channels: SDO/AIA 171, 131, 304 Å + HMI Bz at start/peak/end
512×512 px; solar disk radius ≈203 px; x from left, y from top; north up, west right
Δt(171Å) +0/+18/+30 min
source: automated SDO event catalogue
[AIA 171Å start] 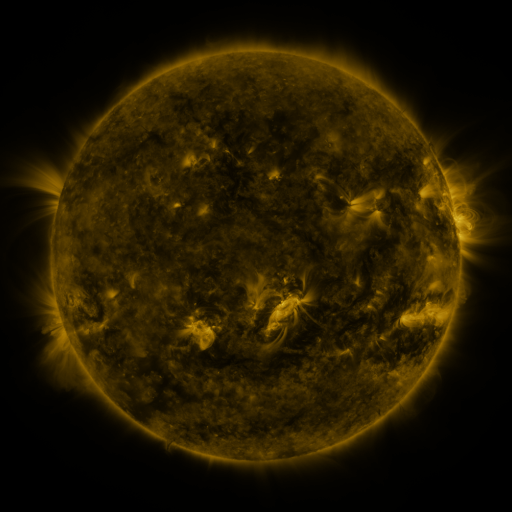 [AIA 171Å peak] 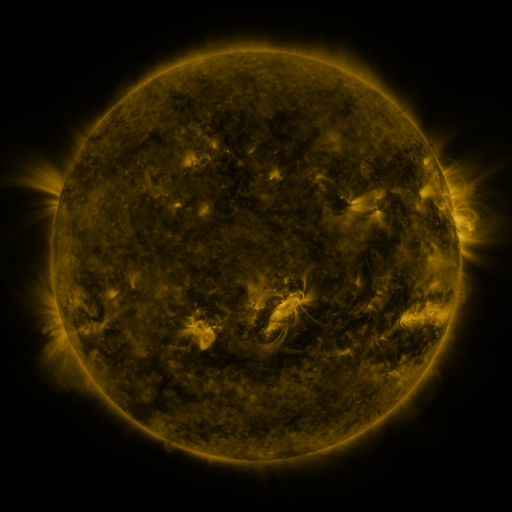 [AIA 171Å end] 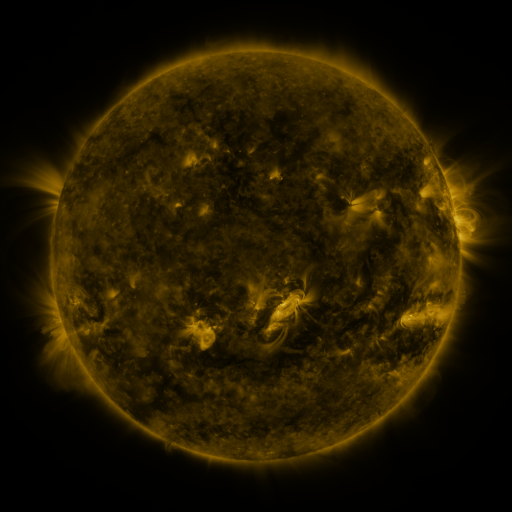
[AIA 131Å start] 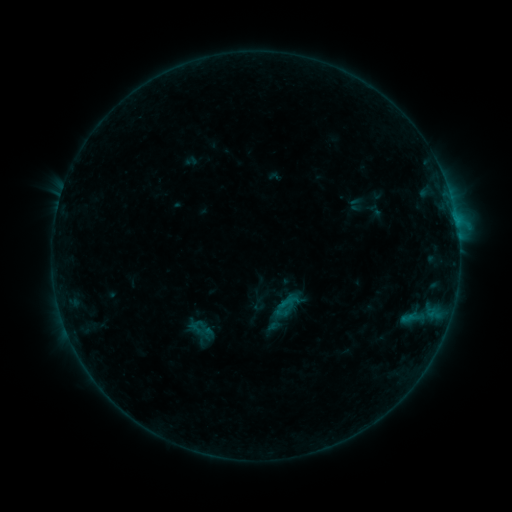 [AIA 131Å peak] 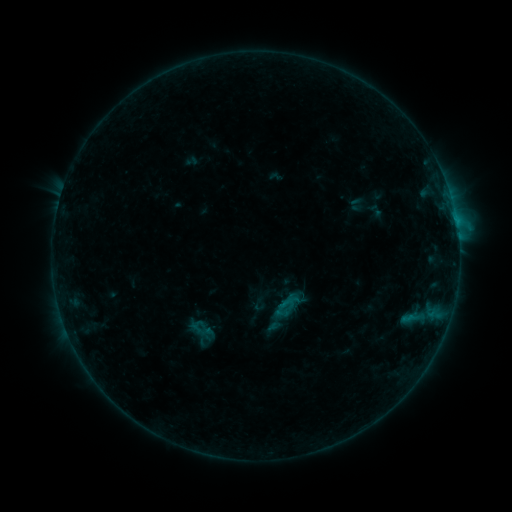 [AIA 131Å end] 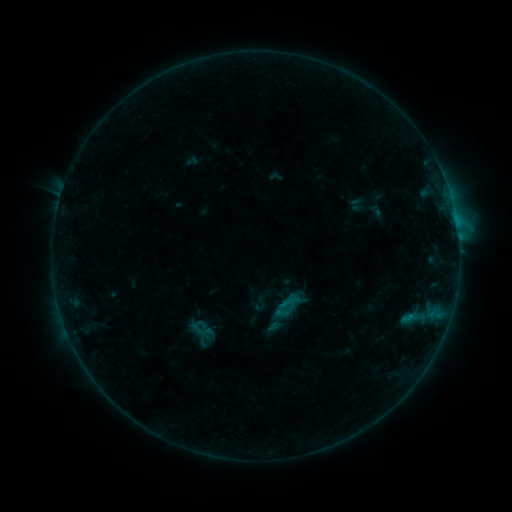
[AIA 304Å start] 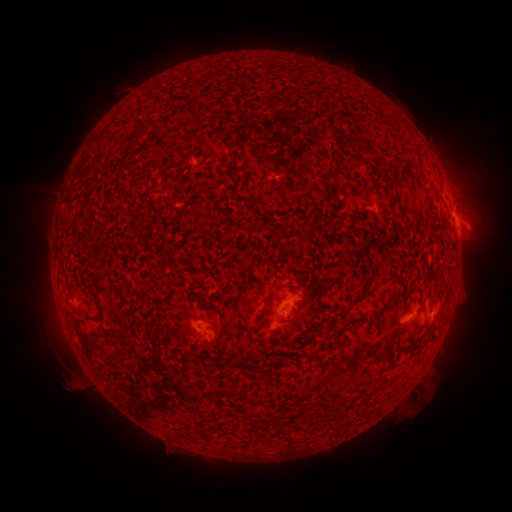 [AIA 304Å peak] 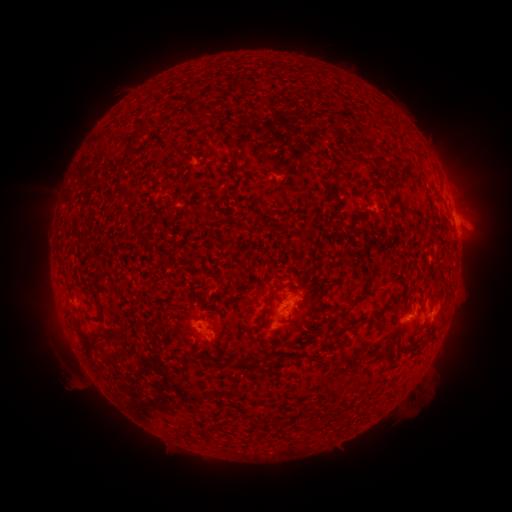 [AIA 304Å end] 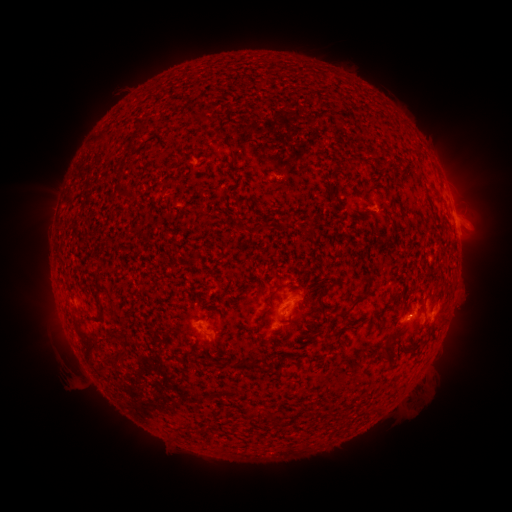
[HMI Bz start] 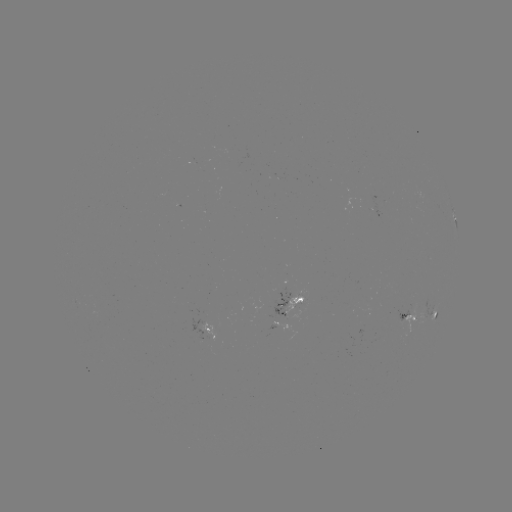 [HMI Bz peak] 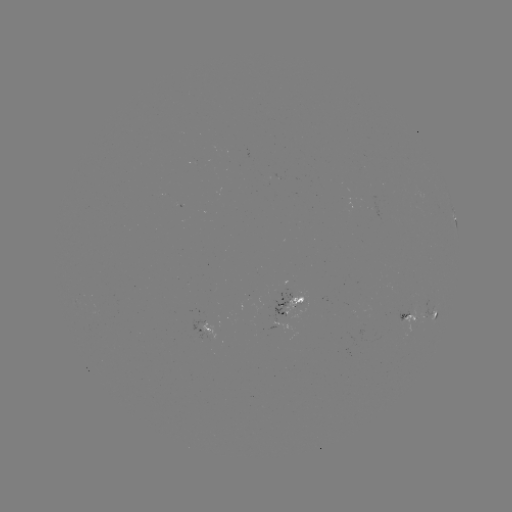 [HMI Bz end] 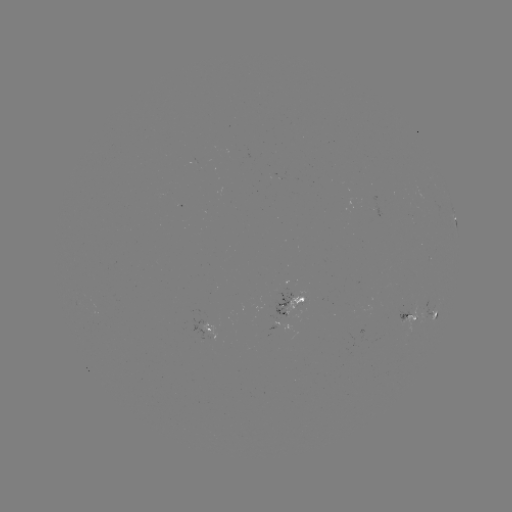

nothing was catalogued: no classed flare, no EUV trigger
